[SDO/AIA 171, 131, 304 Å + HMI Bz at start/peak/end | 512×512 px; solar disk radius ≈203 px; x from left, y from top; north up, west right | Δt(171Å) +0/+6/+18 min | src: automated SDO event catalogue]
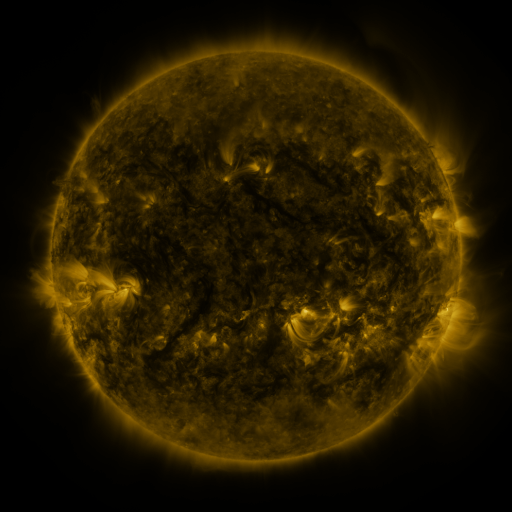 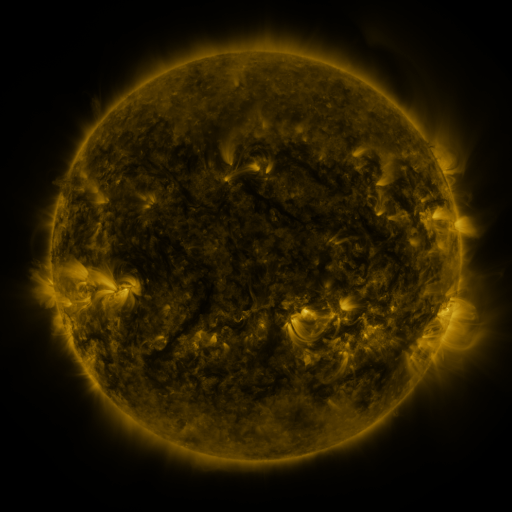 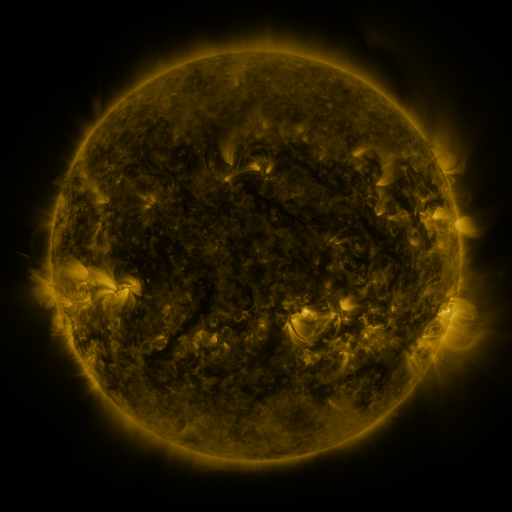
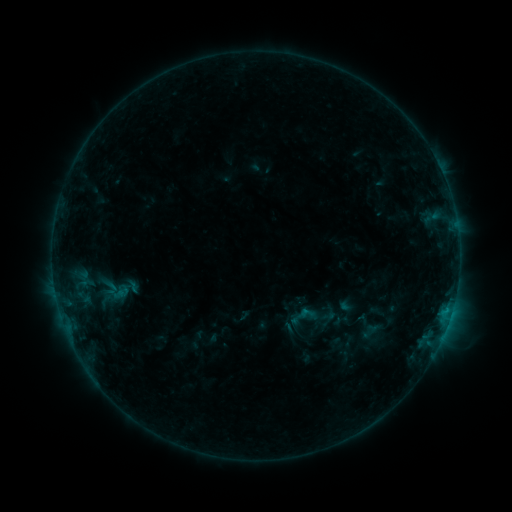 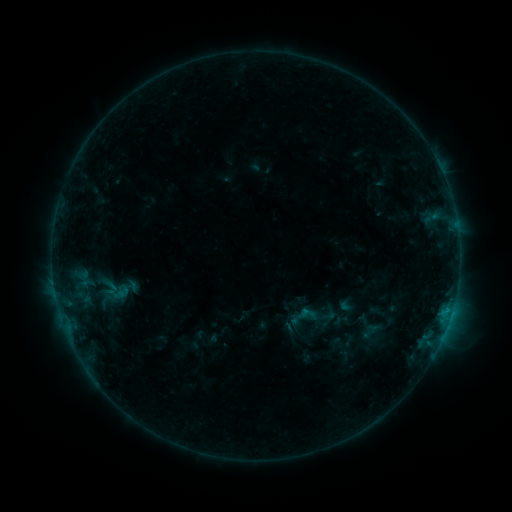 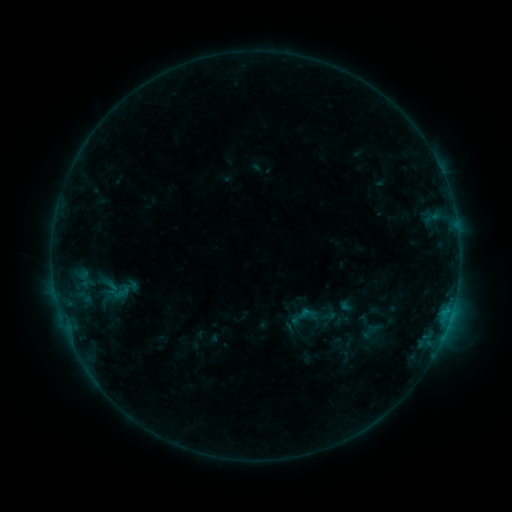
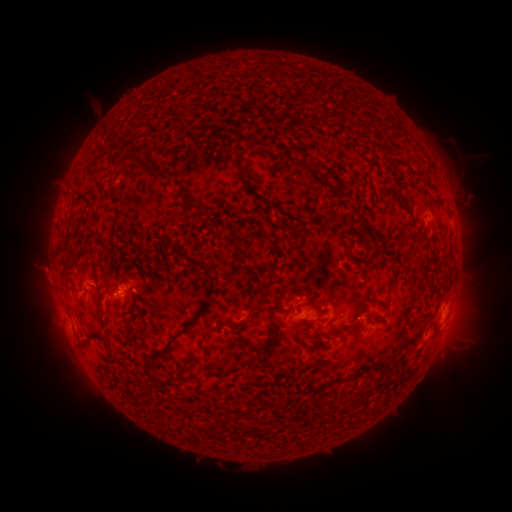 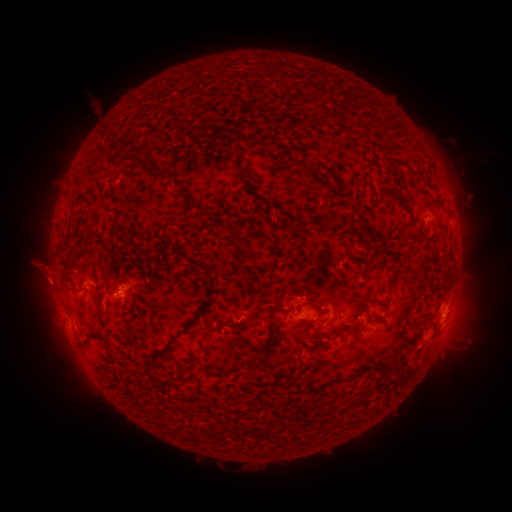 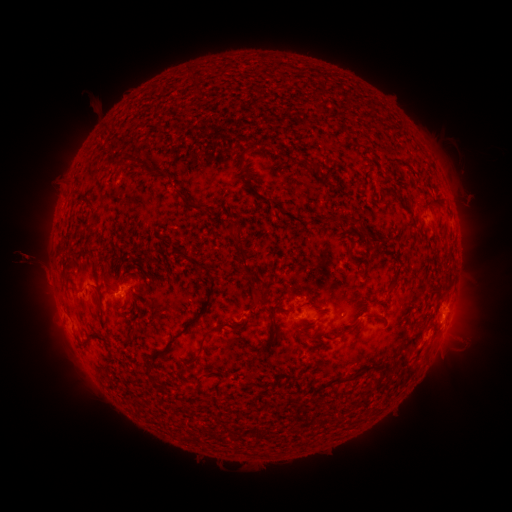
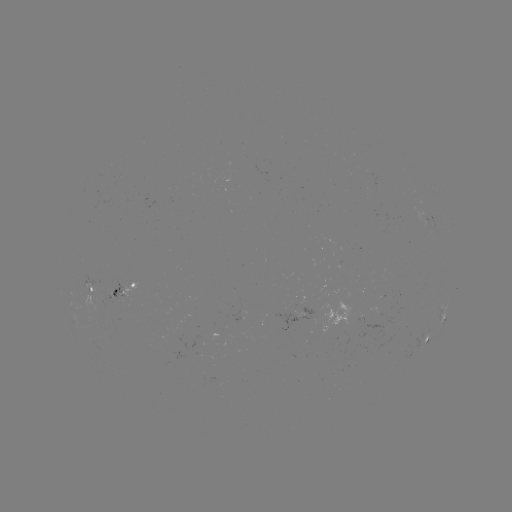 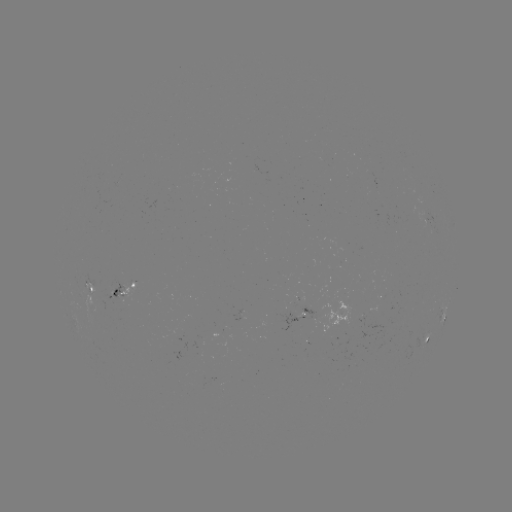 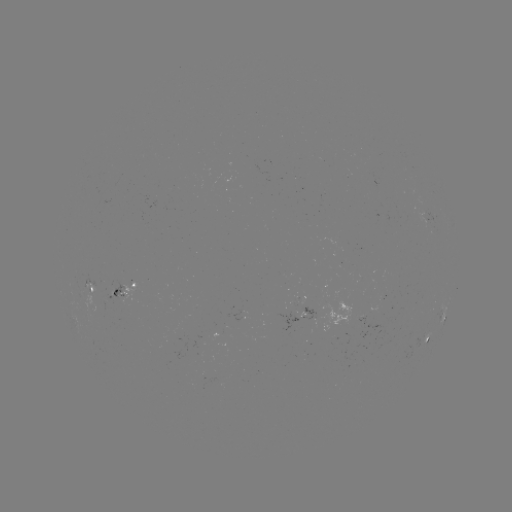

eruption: <bbox>9, 236, 70, 297</bbox>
